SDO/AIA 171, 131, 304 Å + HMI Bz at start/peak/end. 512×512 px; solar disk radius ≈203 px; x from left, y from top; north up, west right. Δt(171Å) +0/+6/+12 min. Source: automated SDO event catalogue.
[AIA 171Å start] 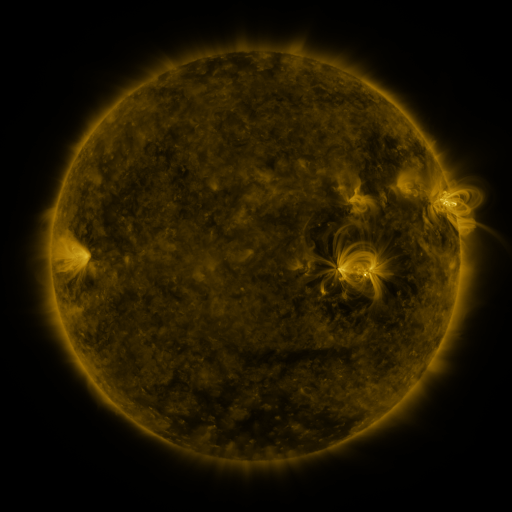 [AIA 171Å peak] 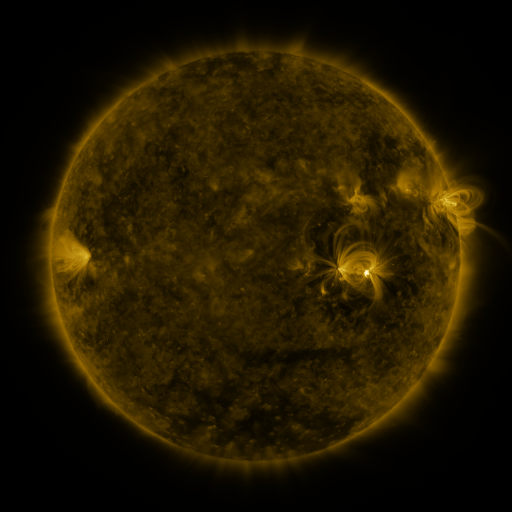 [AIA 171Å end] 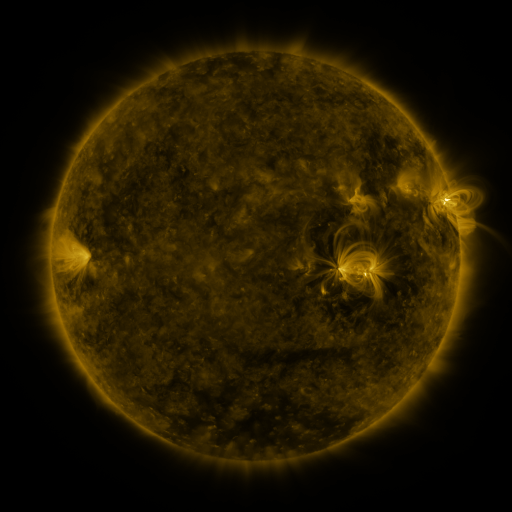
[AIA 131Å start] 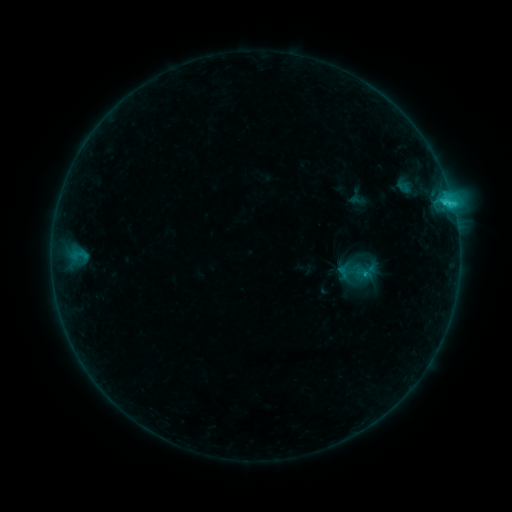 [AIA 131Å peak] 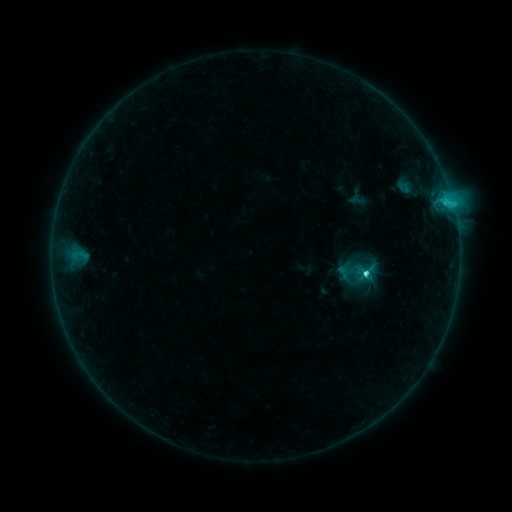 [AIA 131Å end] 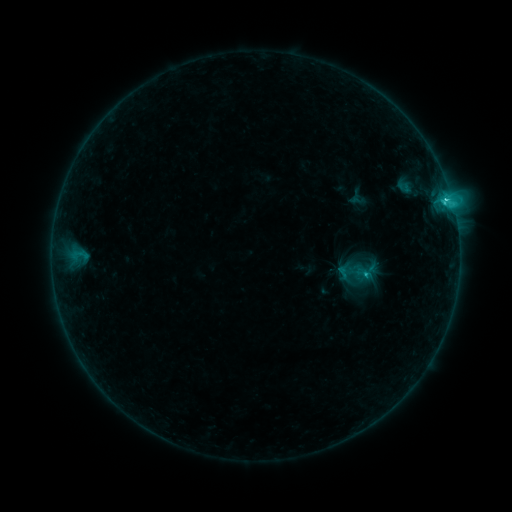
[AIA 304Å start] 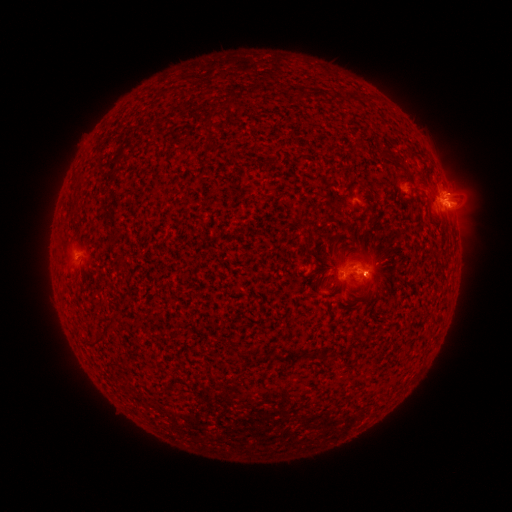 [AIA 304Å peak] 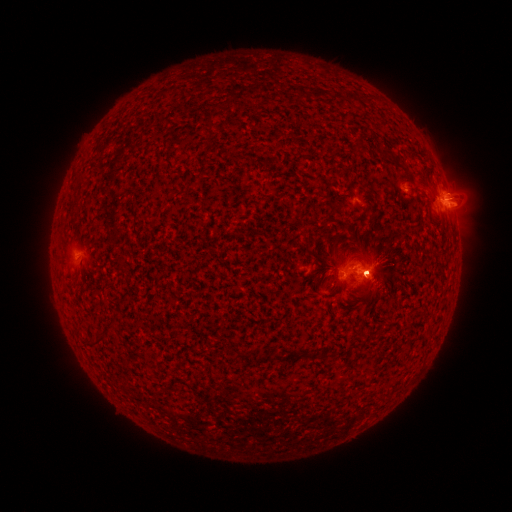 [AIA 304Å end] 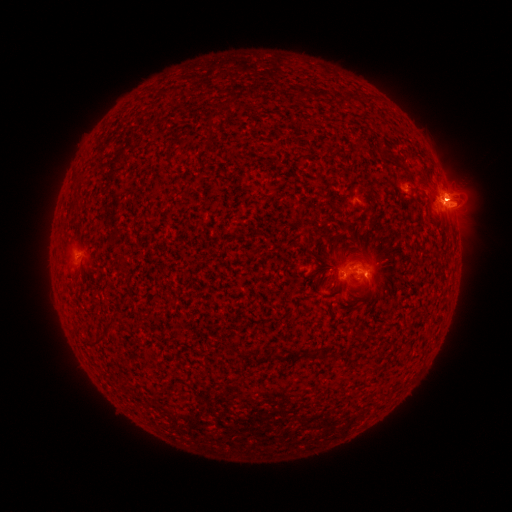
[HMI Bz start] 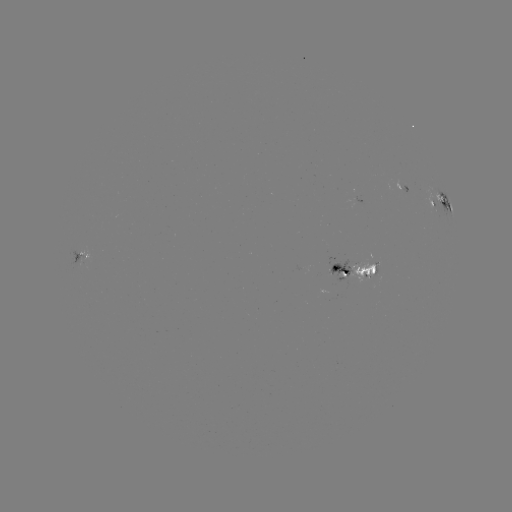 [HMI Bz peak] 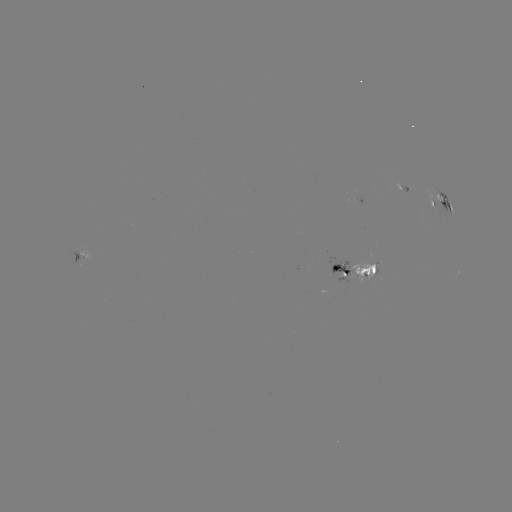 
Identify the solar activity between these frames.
eruption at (371, 270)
